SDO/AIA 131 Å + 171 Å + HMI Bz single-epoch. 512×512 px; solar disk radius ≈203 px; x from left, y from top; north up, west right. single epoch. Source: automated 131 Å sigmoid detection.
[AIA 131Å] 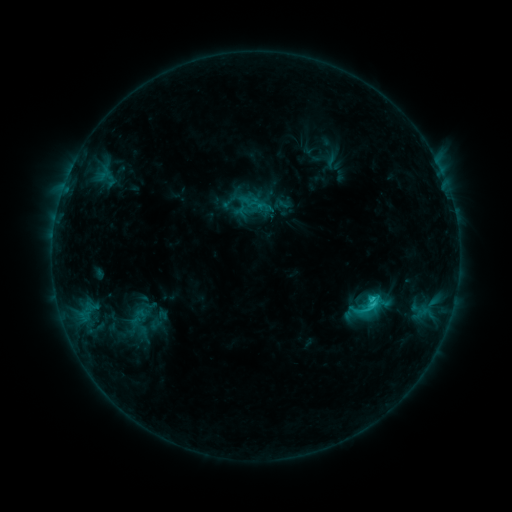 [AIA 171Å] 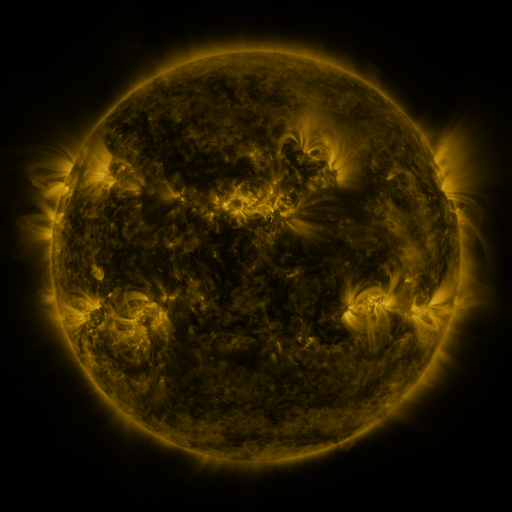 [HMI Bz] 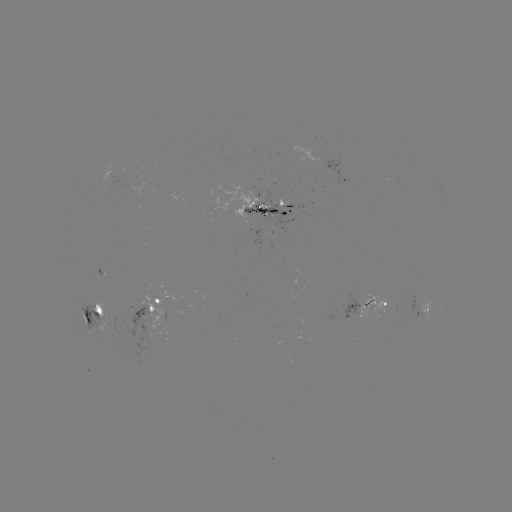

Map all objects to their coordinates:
sigmoid: <bbox>273, 195, 291, 213</bbox>
sigmoid: <bbox>351, 288, 385, 324</bbox>
